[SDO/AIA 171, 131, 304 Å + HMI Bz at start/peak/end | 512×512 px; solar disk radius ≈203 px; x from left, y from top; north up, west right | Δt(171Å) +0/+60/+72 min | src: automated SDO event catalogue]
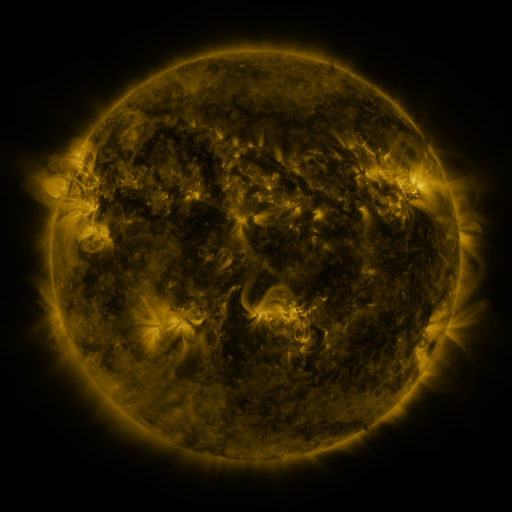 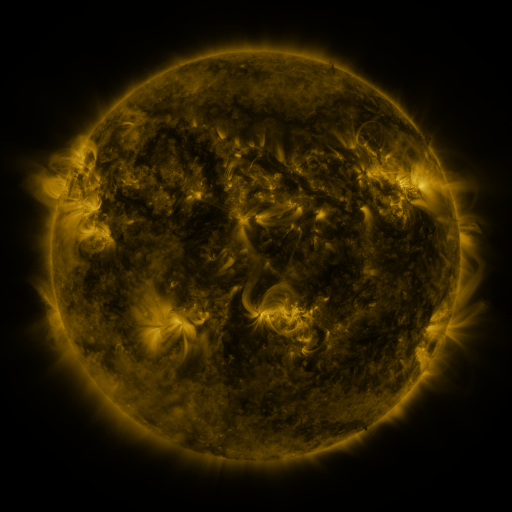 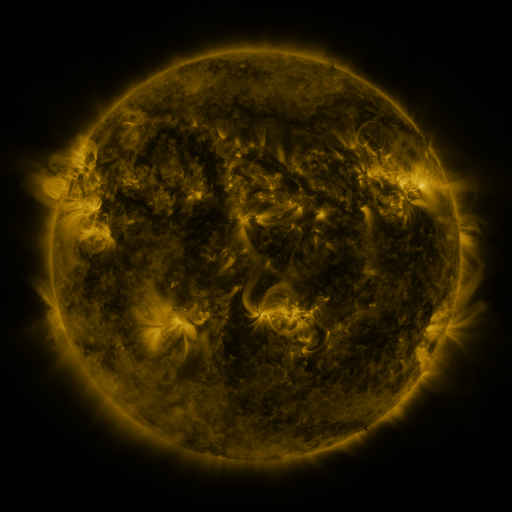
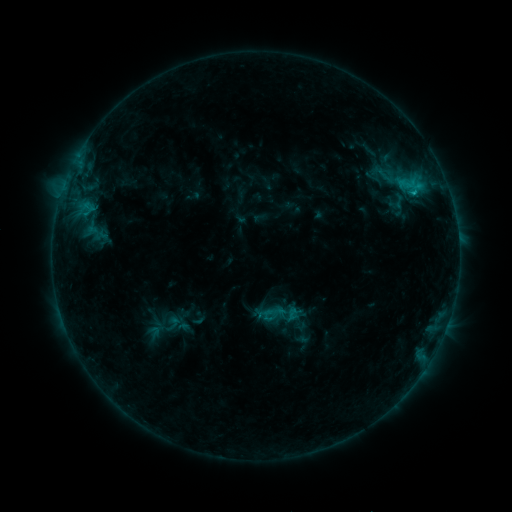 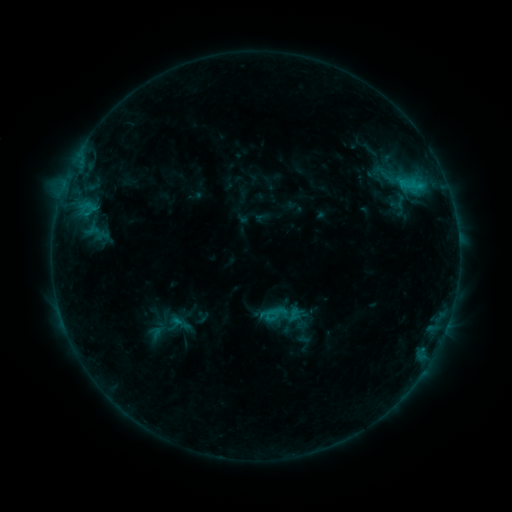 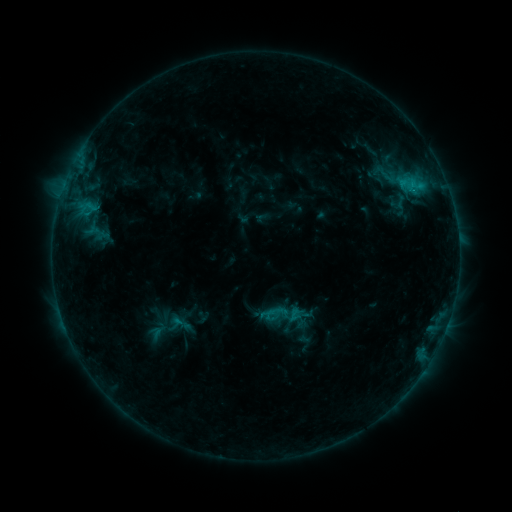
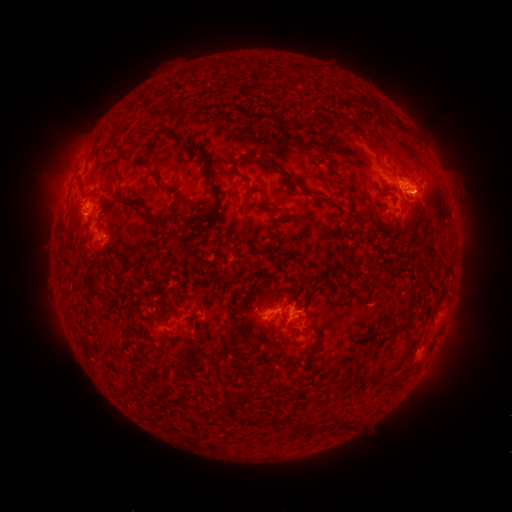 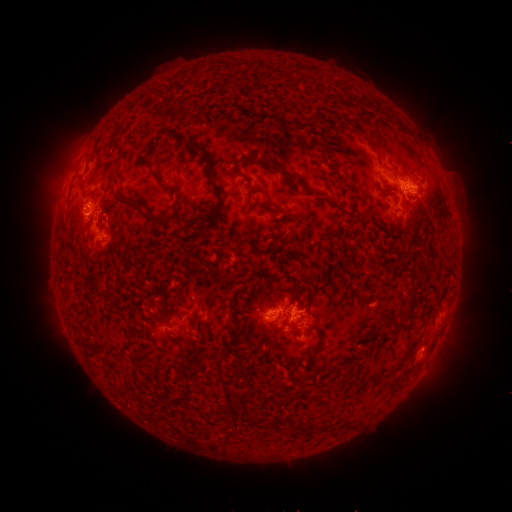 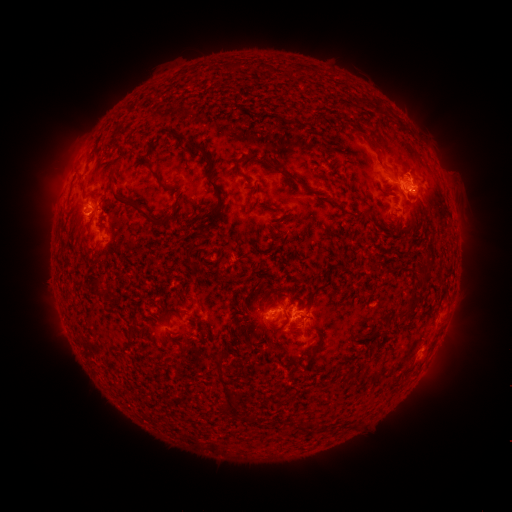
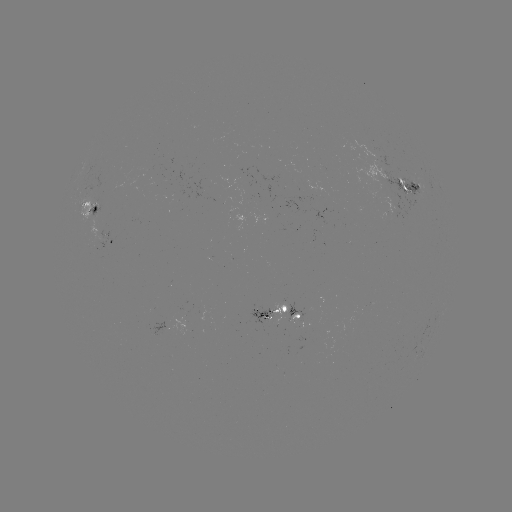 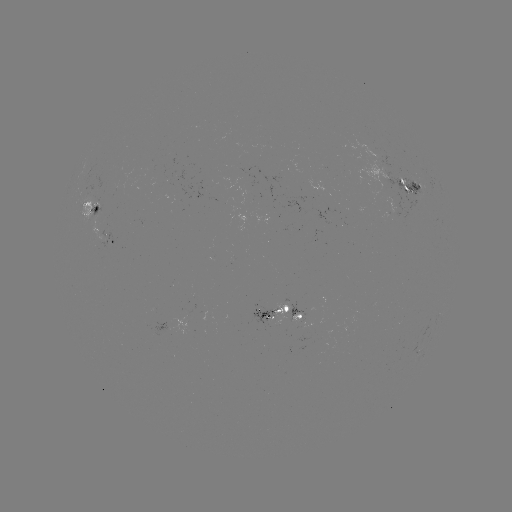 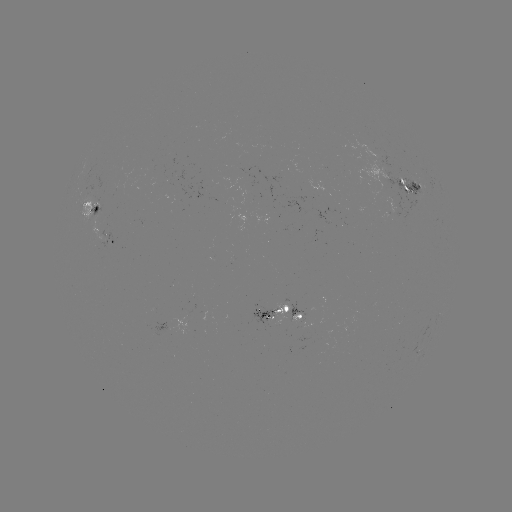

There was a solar emerging-flux region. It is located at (299, 315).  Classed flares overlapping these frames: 1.